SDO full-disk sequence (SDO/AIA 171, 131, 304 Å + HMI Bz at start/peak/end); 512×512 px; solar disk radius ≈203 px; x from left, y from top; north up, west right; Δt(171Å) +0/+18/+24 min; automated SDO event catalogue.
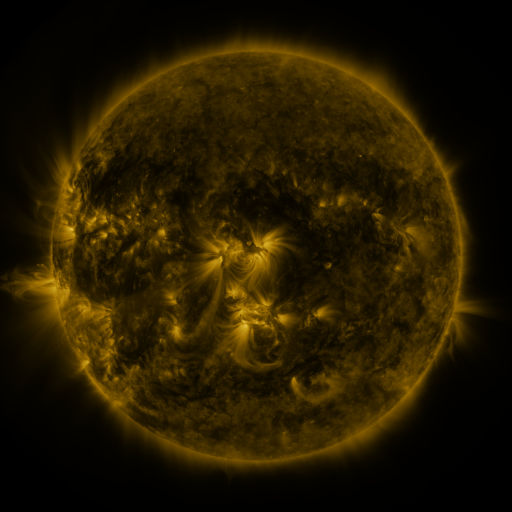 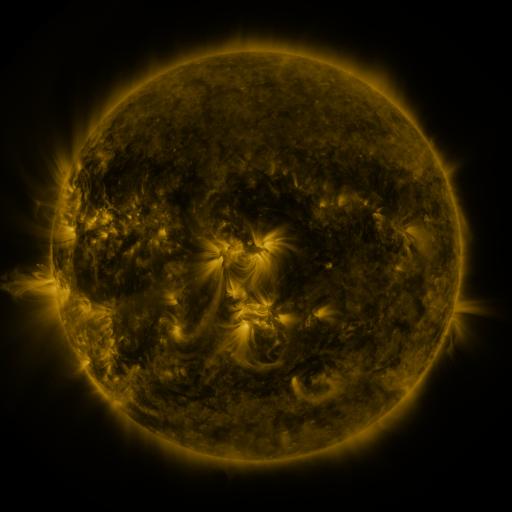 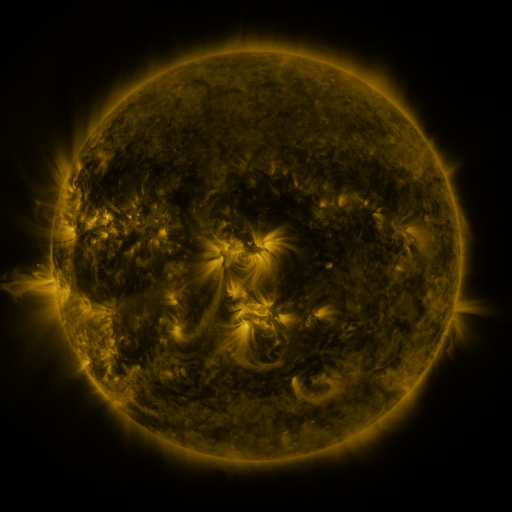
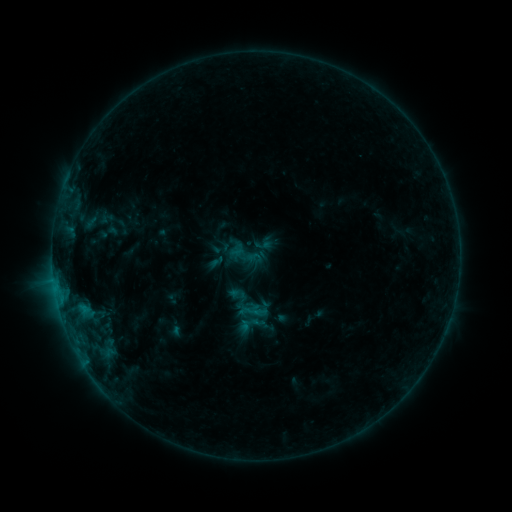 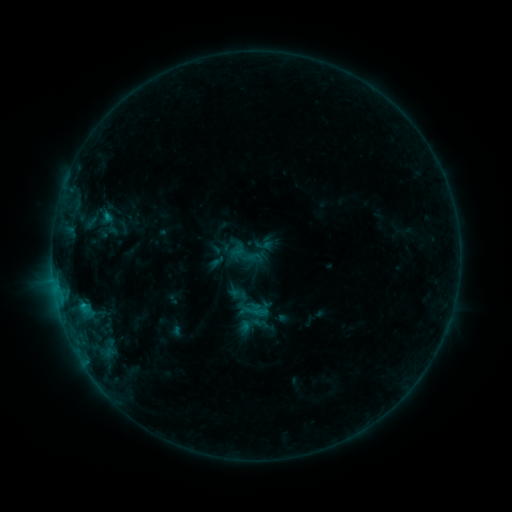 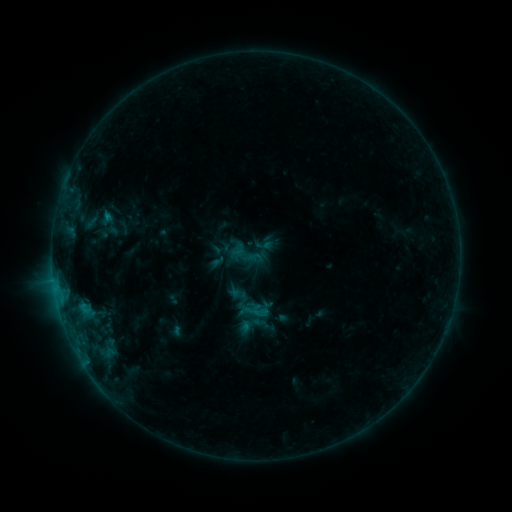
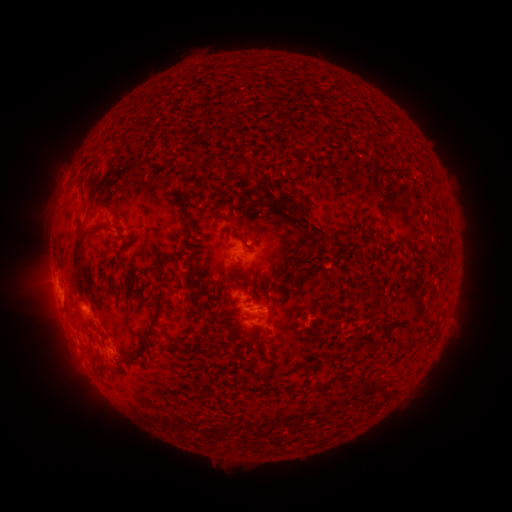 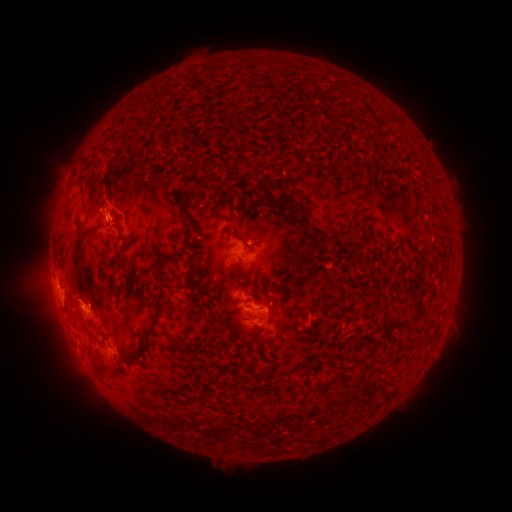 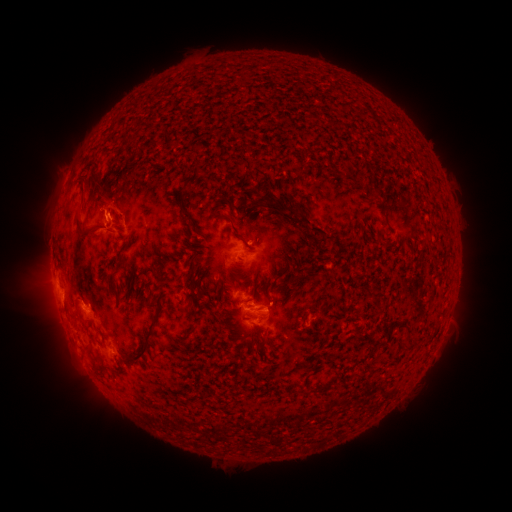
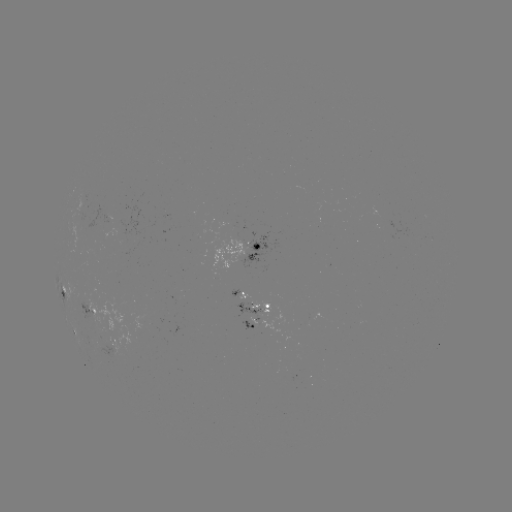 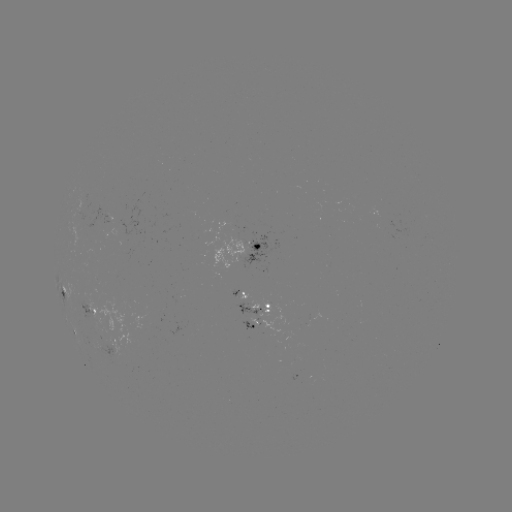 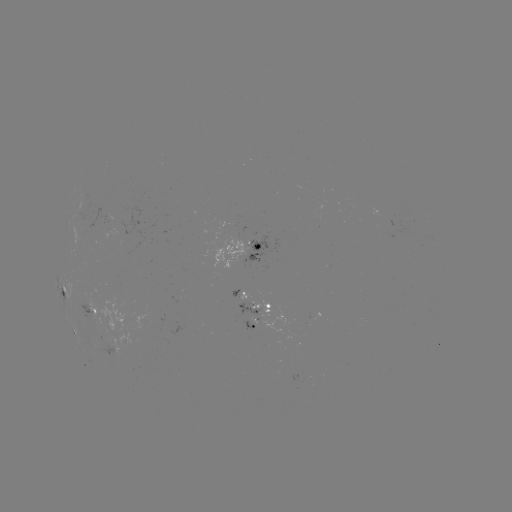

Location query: B9.2 flare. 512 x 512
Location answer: (109, 219).